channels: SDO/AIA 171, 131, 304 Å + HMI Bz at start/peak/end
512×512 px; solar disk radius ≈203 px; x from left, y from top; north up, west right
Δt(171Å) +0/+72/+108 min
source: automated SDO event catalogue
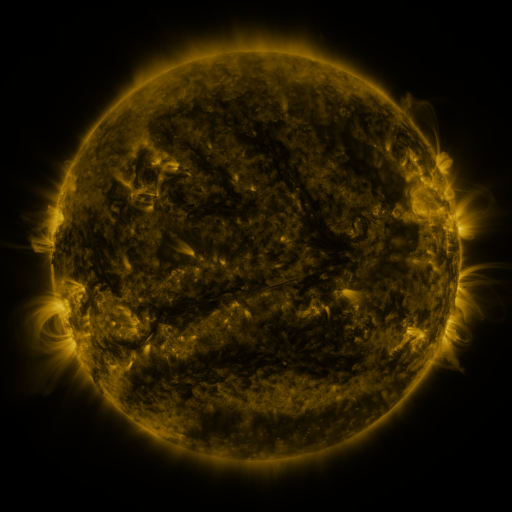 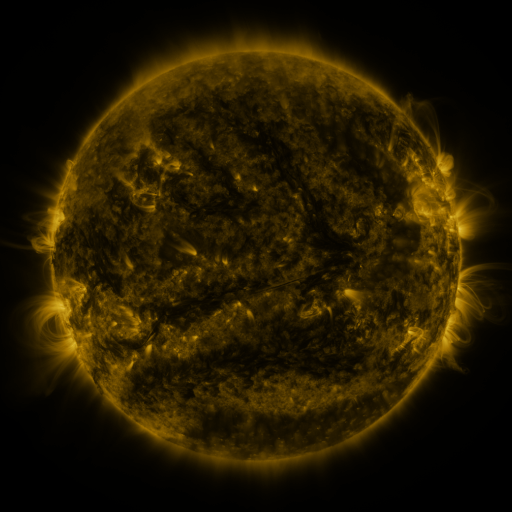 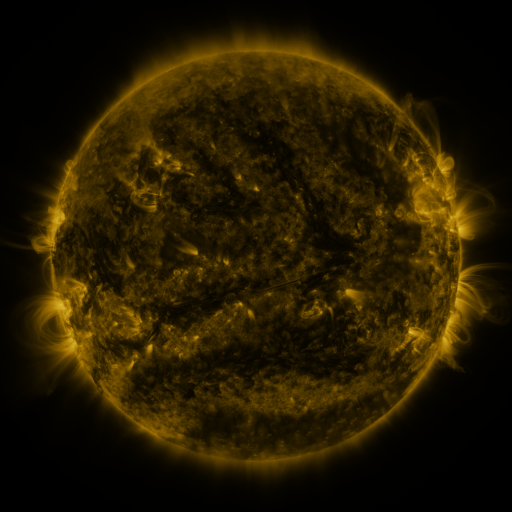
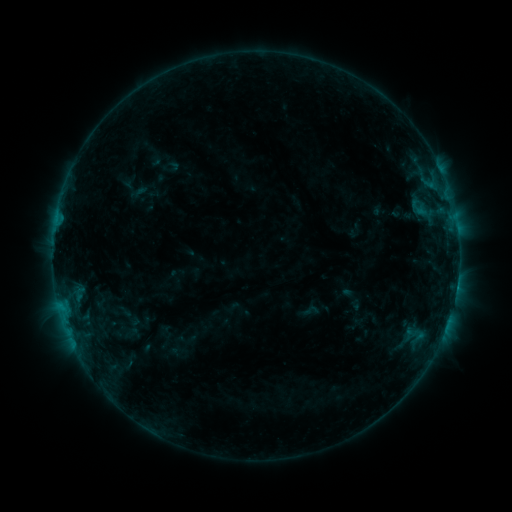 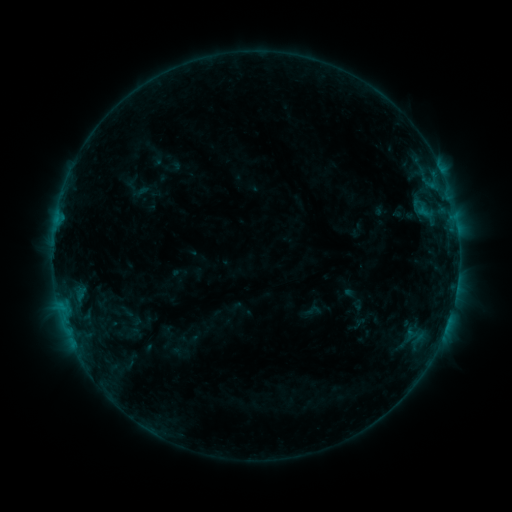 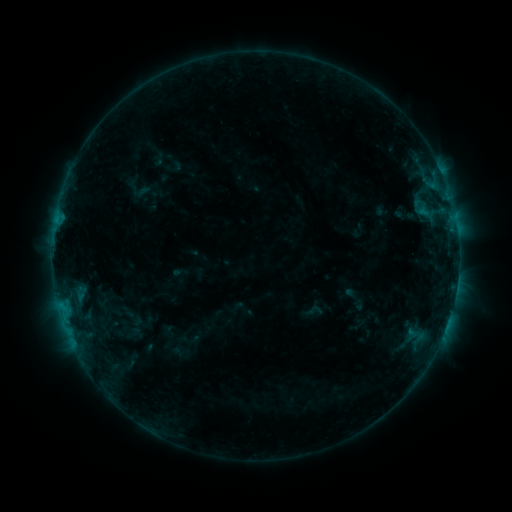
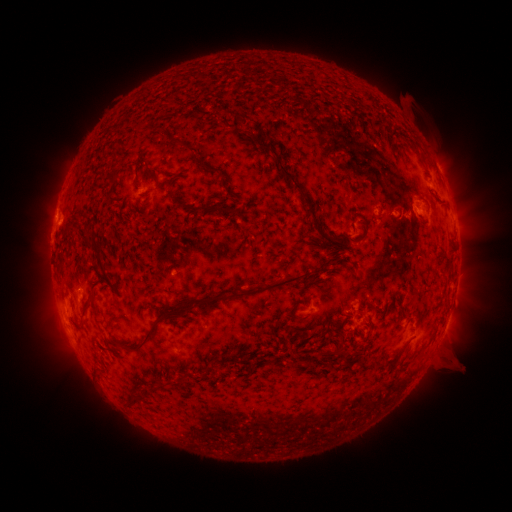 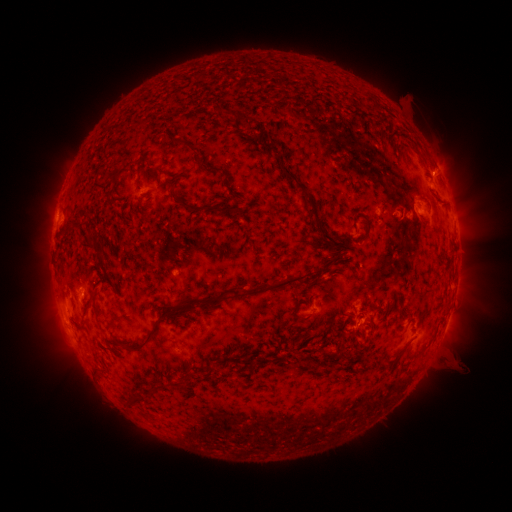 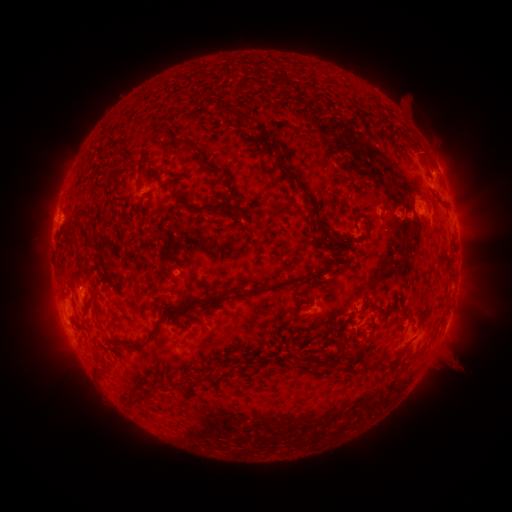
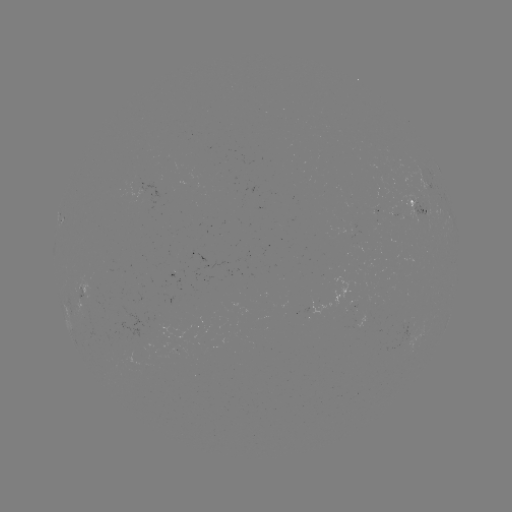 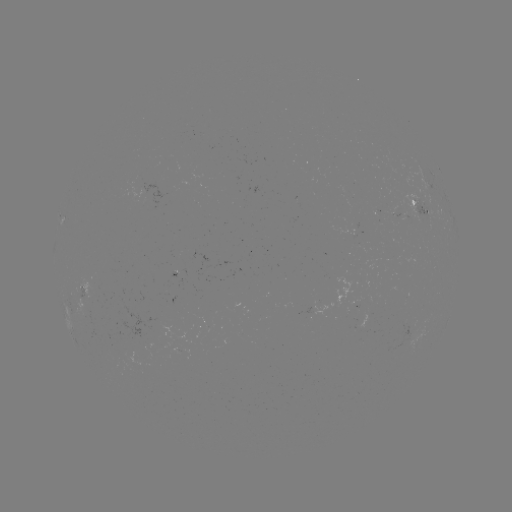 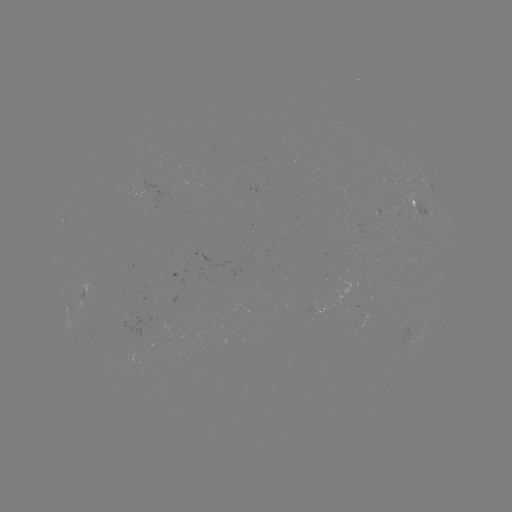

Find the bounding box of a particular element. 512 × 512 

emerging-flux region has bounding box [75, 277, 107, 308].